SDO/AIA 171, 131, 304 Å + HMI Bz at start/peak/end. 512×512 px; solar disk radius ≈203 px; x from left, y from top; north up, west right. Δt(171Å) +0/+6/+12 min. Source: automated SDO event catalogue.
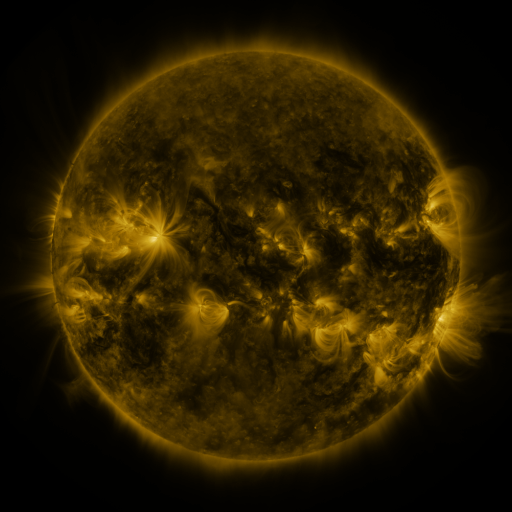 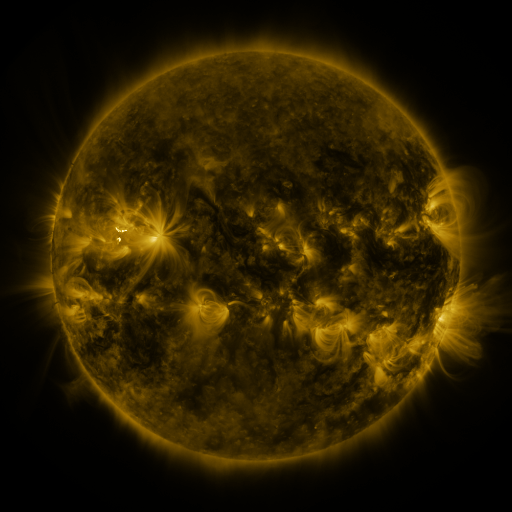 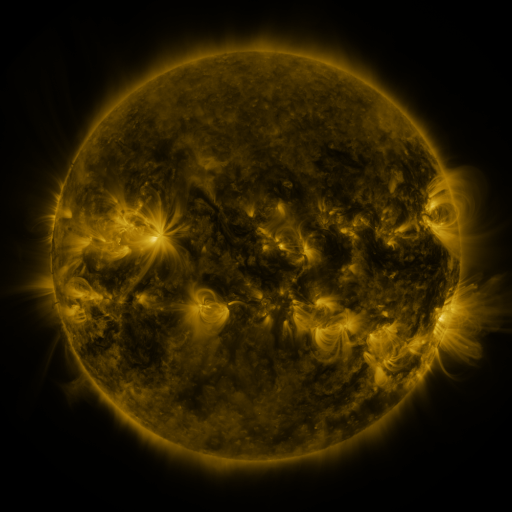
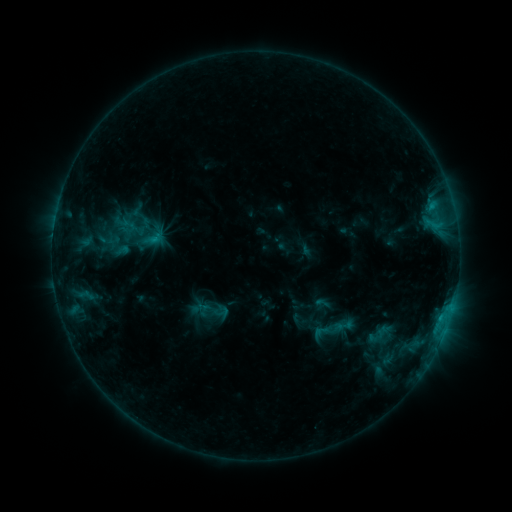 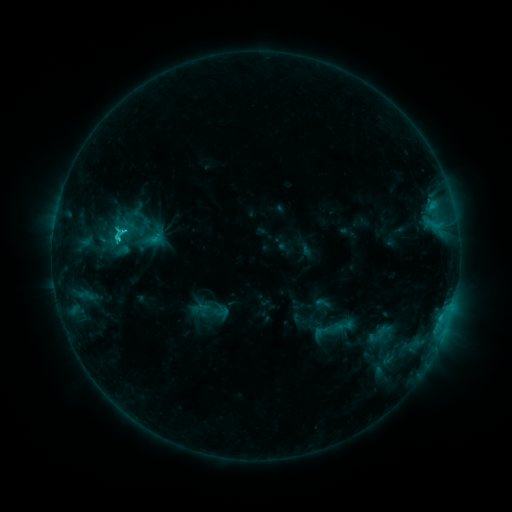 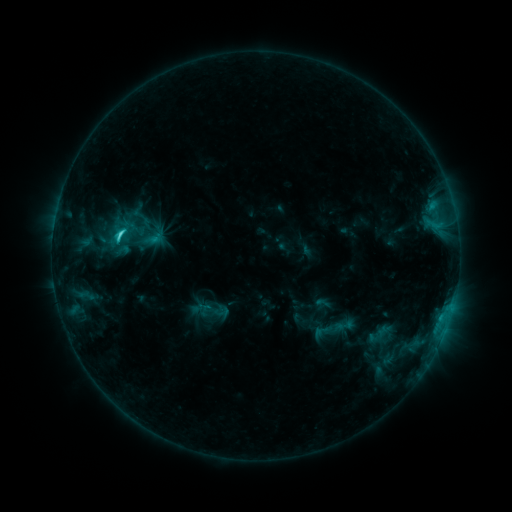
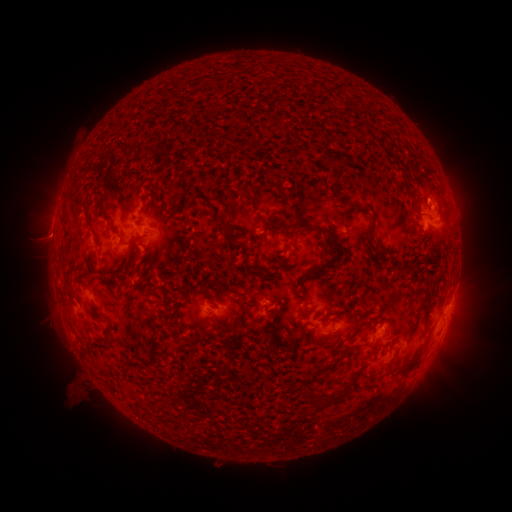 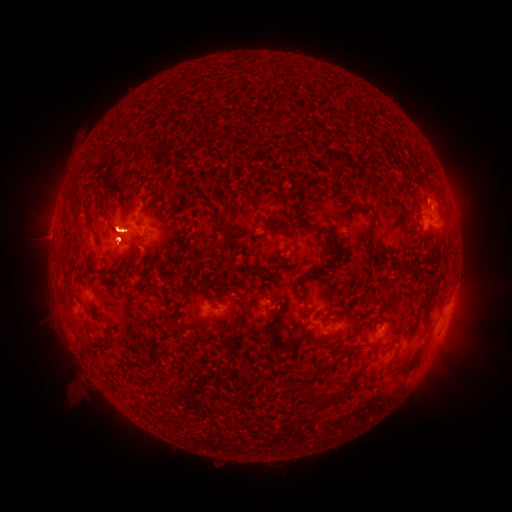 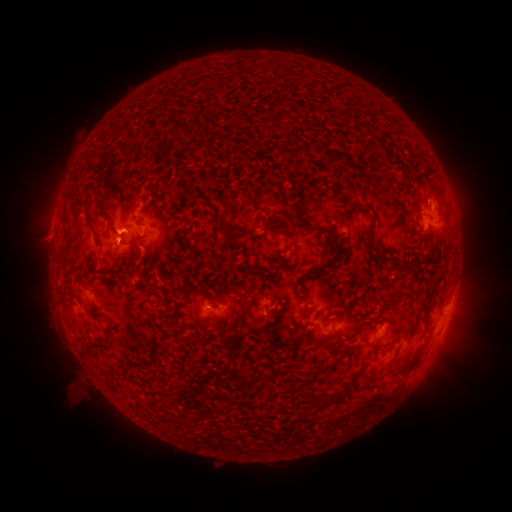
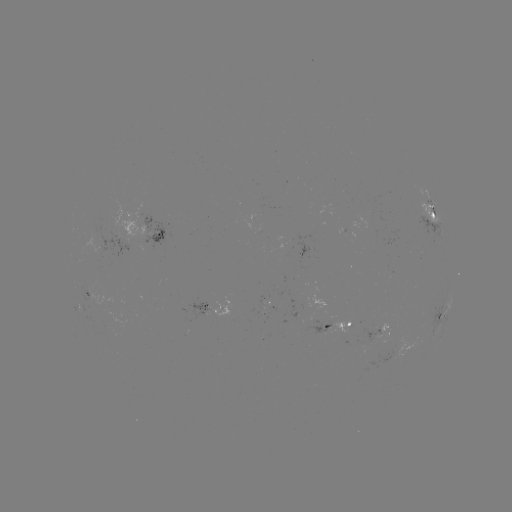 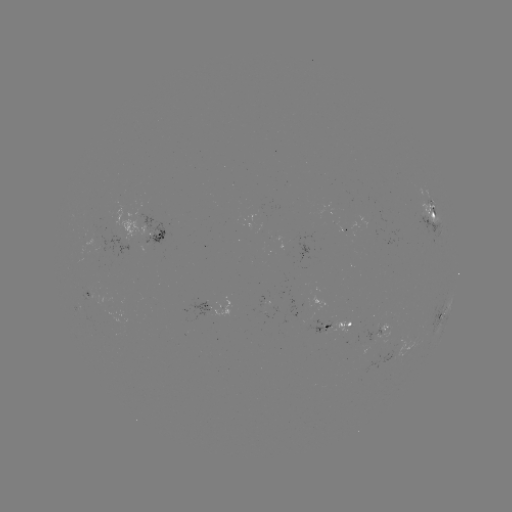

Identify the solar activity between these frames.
C2.3 flare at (119, 239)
